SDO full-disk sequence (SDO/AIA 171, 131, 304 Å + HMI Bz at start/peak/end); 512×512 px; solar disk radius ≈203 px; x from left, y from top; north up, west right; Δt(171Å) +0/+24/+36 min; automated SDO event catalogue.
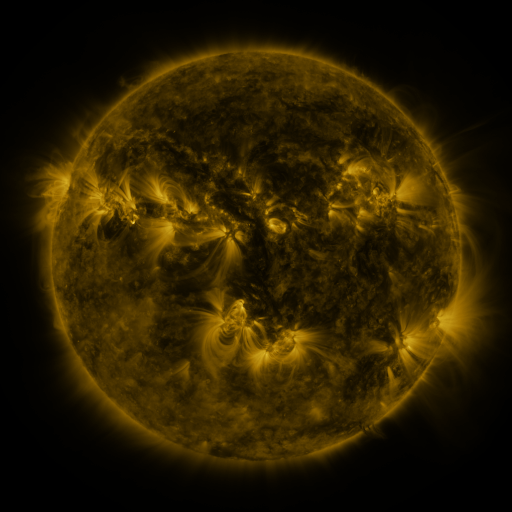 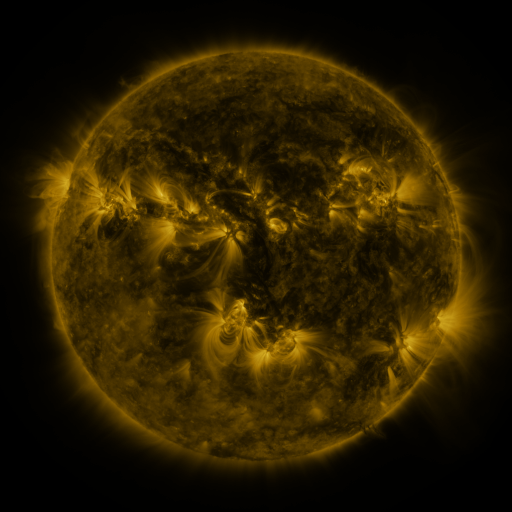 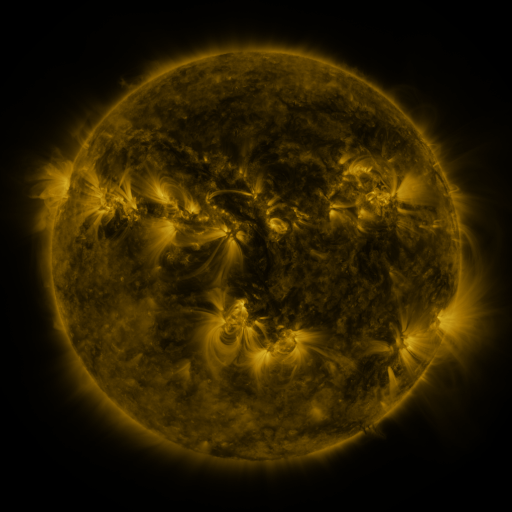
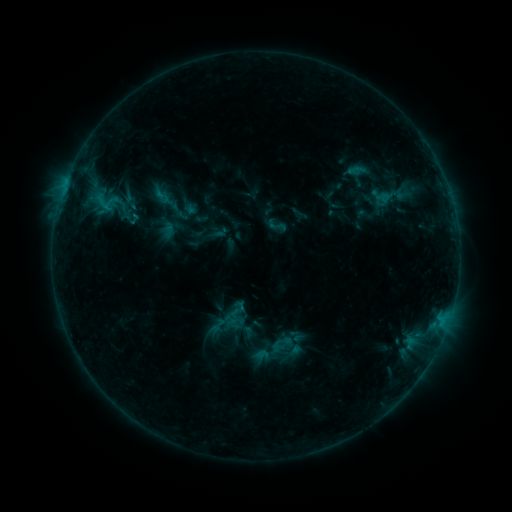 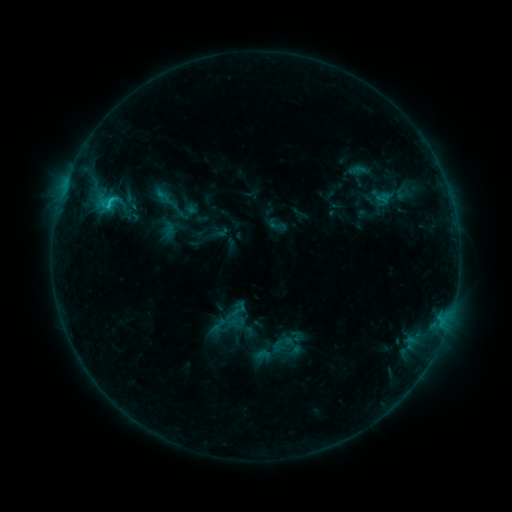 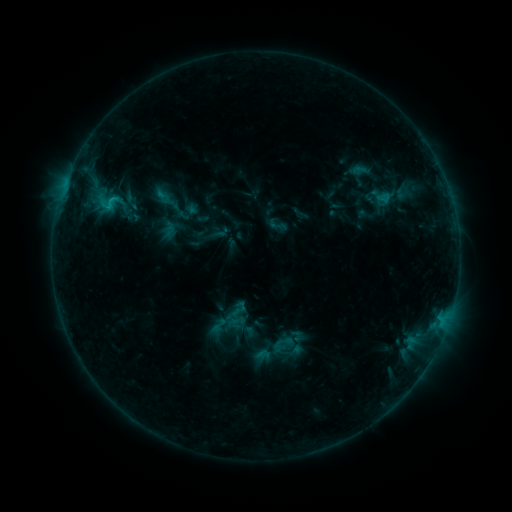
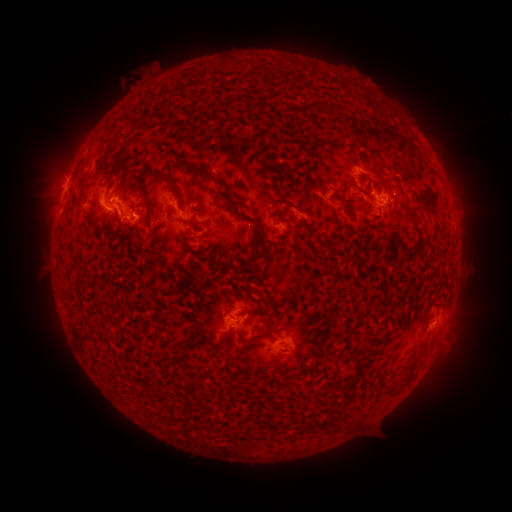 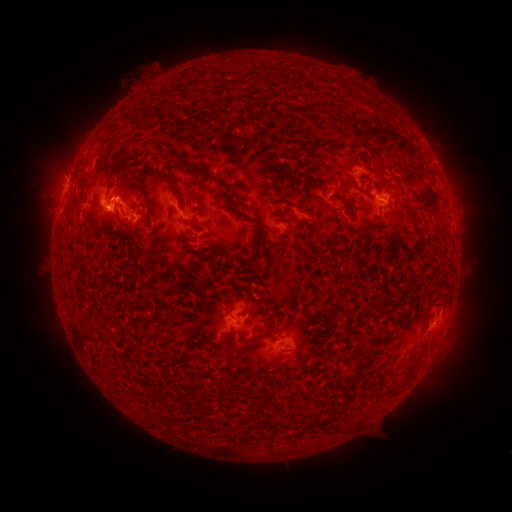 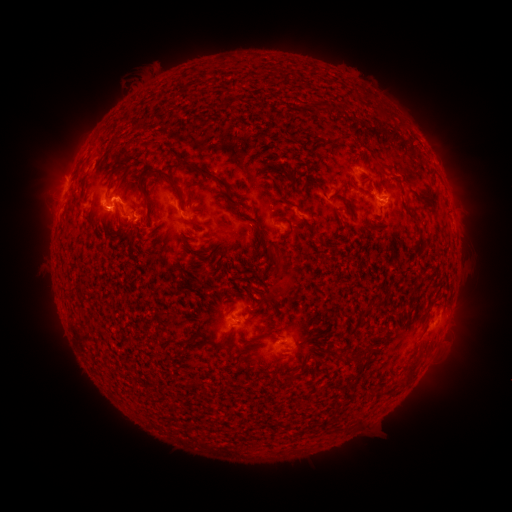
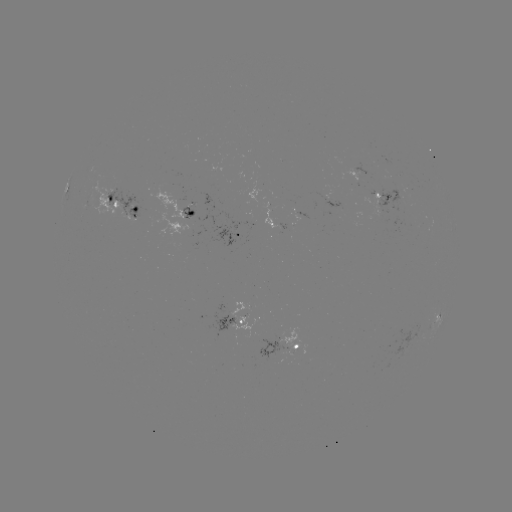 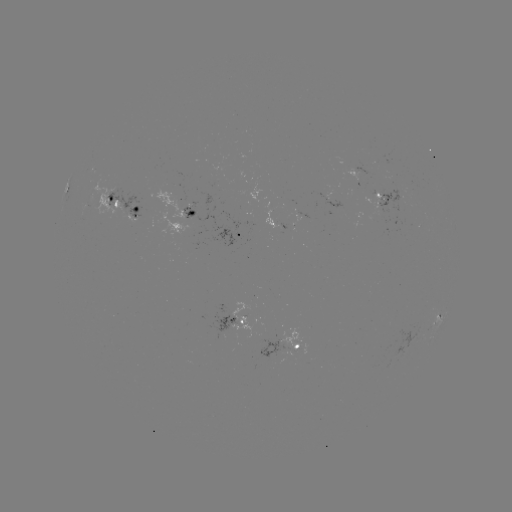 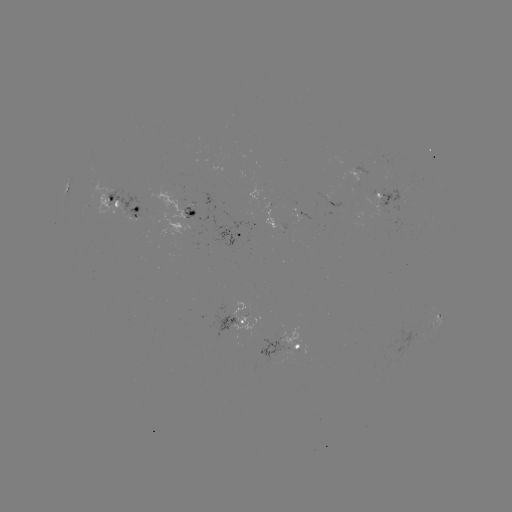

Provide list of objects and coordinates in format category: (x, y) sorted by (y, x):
C1.9 flare: (112, 204)
